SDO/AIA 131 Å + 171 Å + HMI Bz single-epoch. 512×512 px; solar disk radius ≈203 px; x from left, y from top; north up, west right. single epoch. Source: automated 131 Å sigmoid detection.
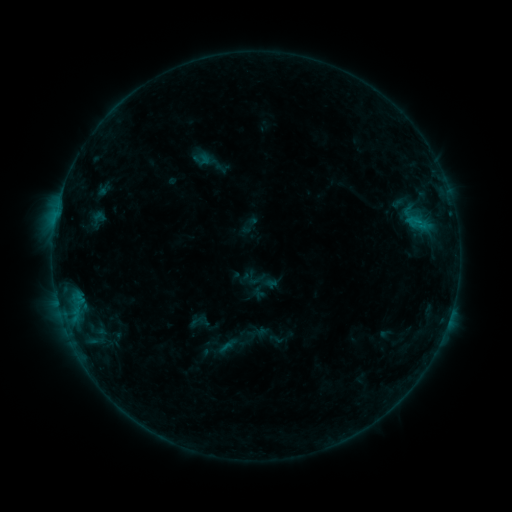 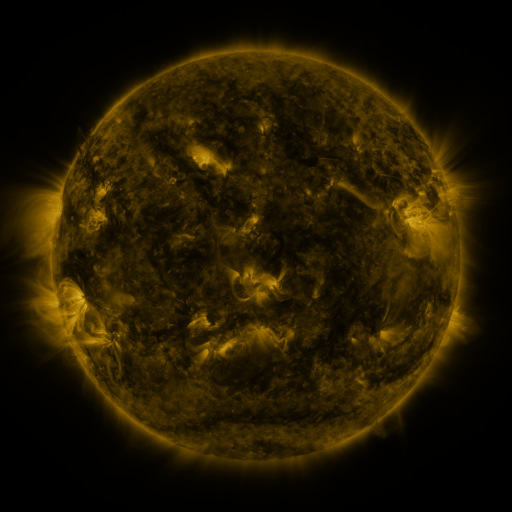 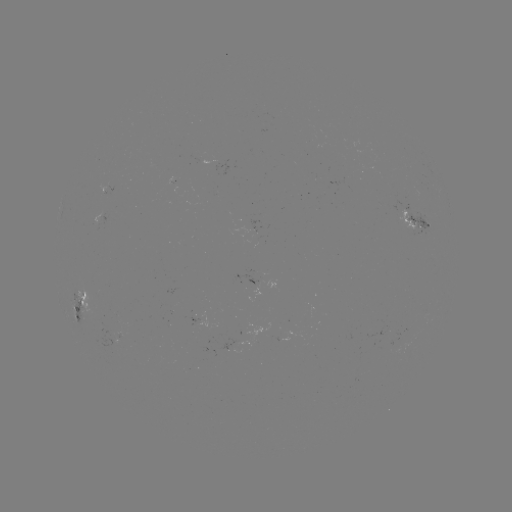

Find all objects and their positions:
sigmoid: (257, 279)
